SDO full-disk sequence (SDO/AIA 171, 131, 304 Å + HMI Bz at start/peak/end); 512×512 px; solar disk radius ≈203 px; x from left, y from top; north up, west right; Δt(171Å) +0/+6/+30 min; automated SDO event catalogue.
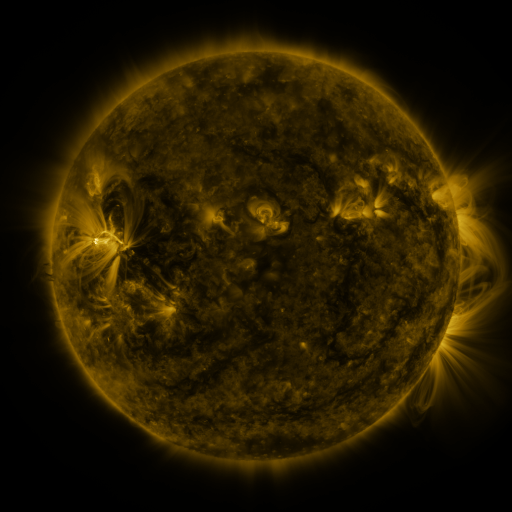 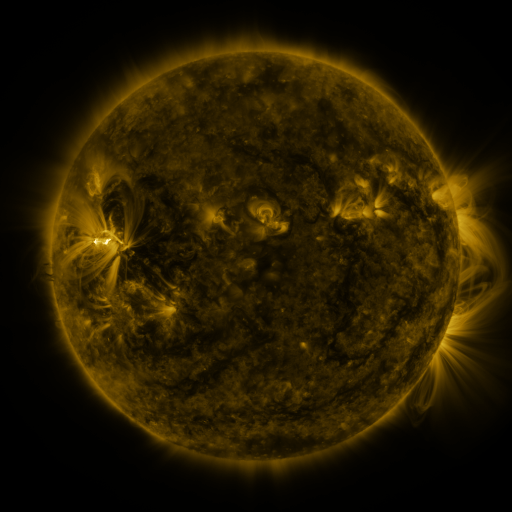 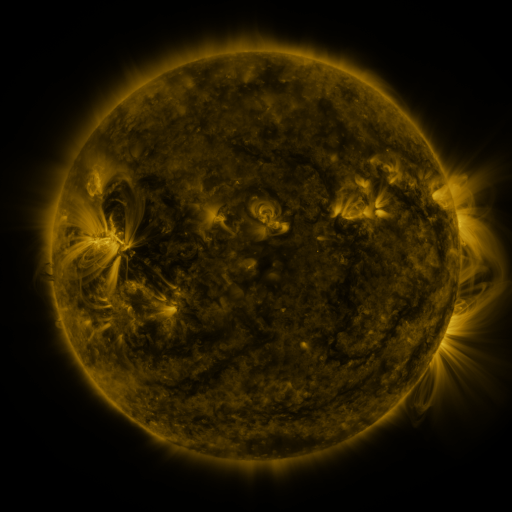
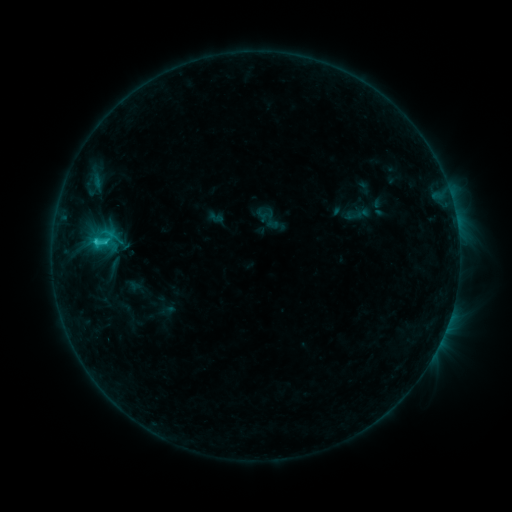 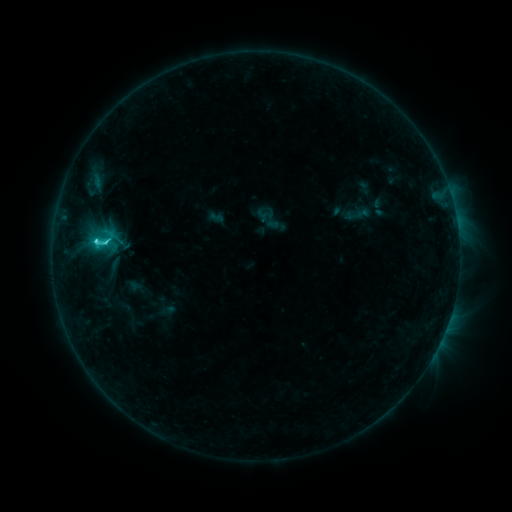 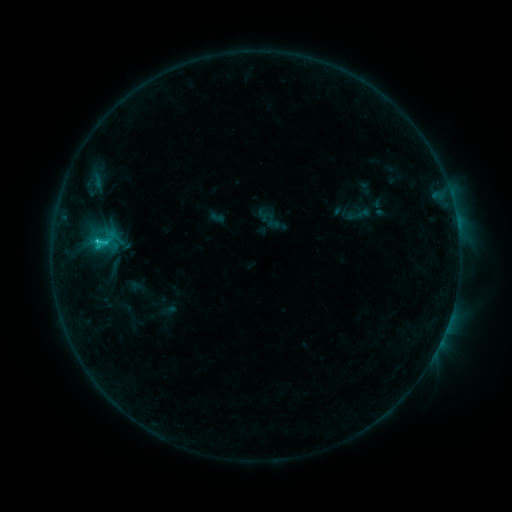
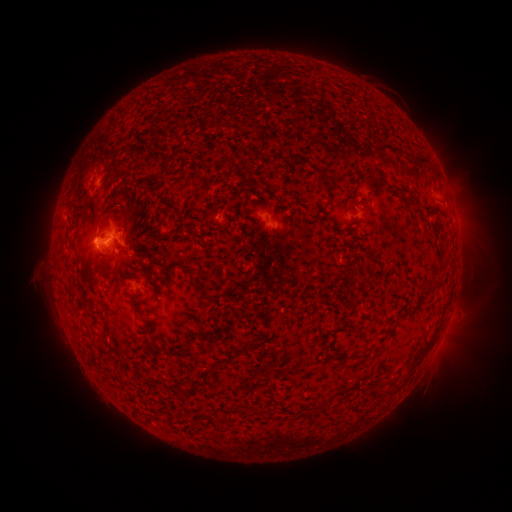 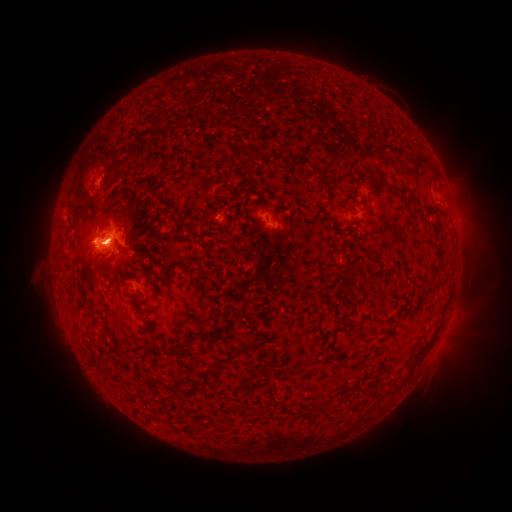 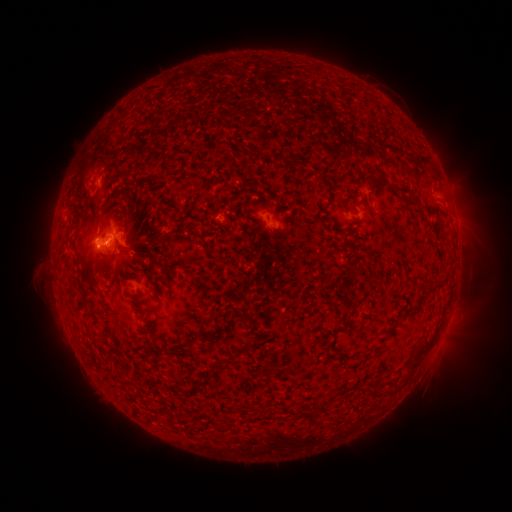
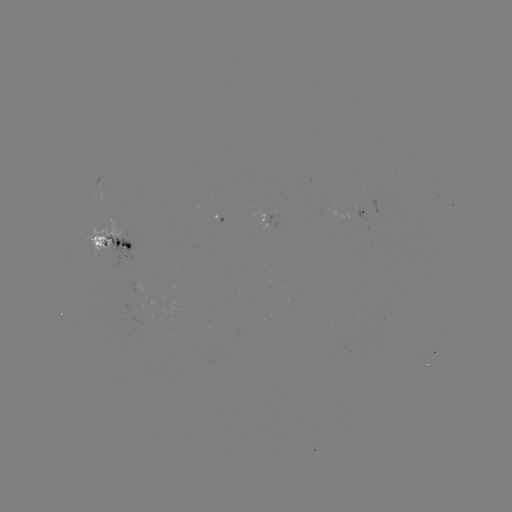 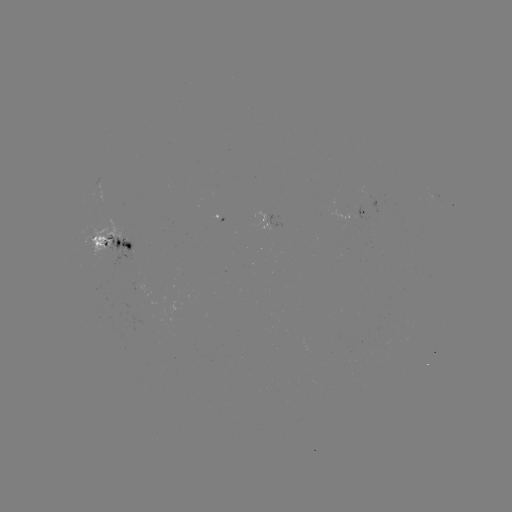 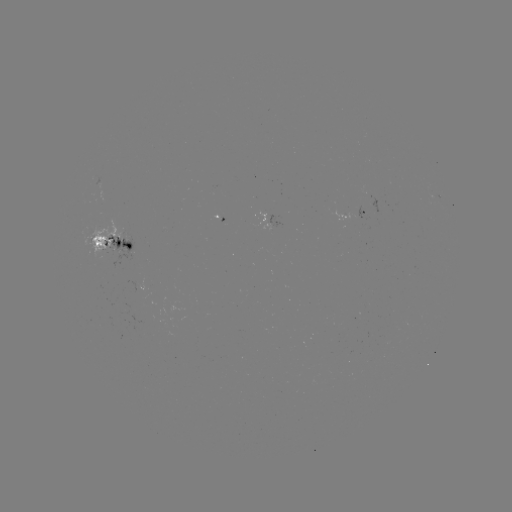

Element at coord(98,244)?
C2.7 flare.